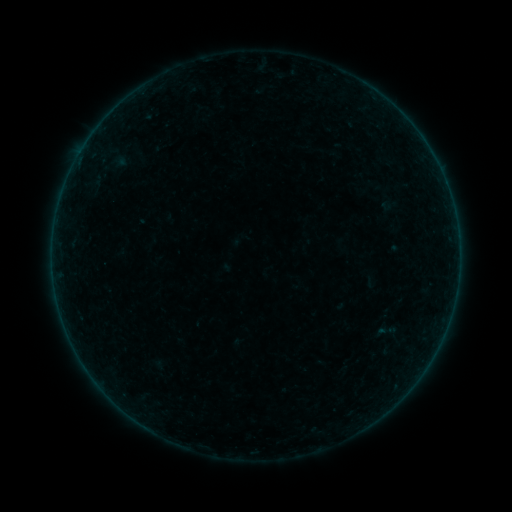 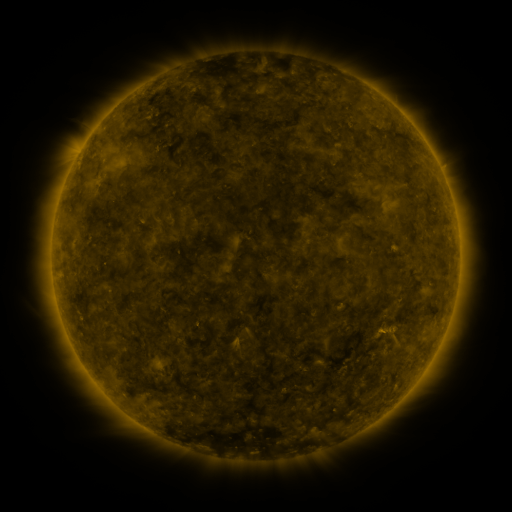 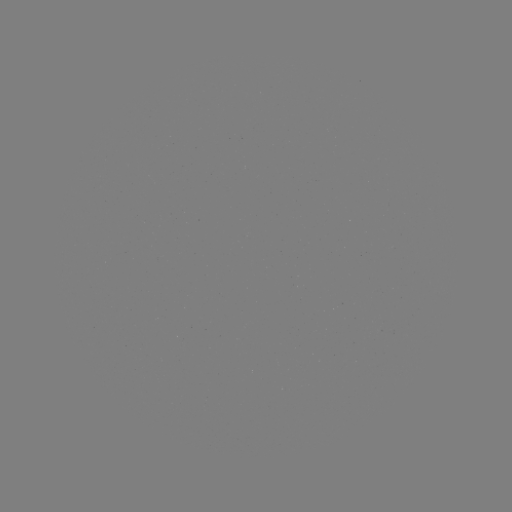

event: sigmoid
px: (386, 331)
